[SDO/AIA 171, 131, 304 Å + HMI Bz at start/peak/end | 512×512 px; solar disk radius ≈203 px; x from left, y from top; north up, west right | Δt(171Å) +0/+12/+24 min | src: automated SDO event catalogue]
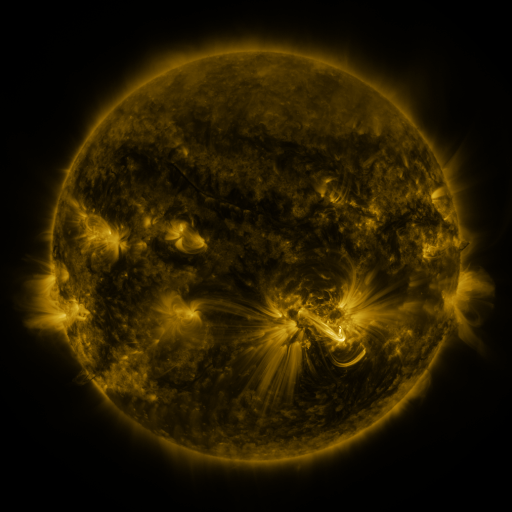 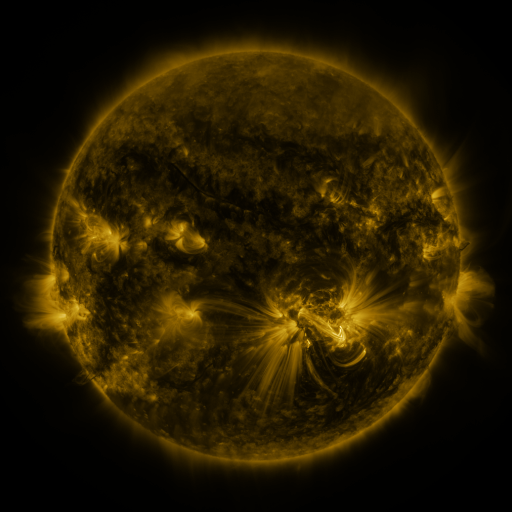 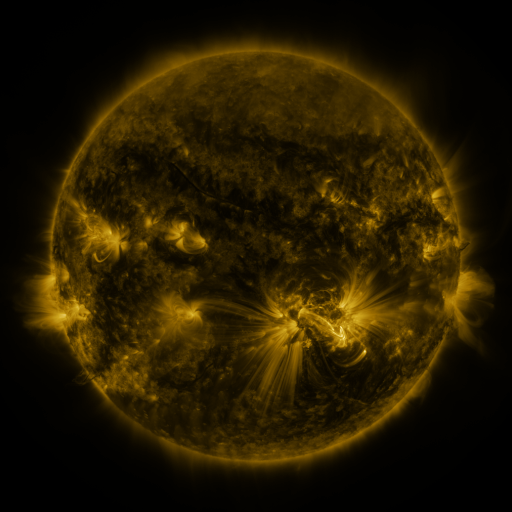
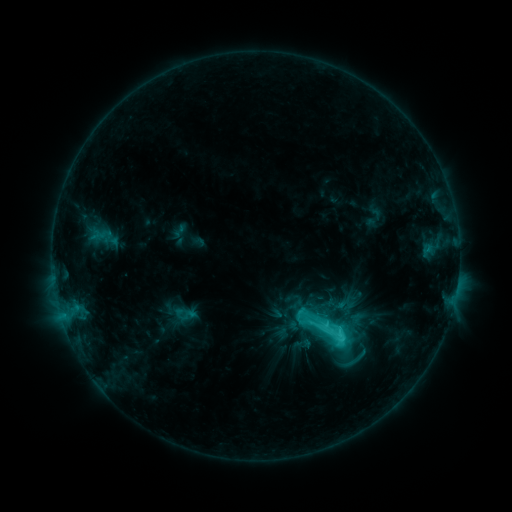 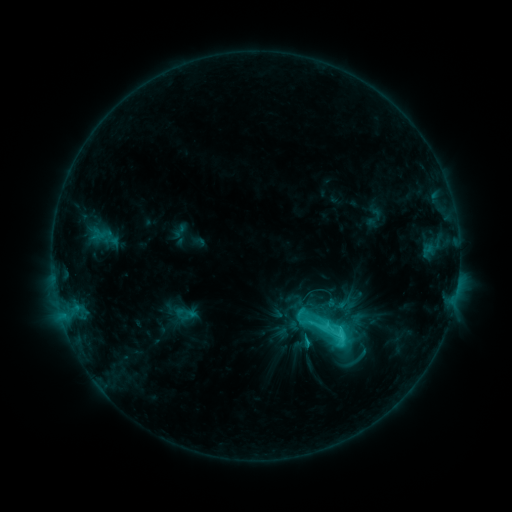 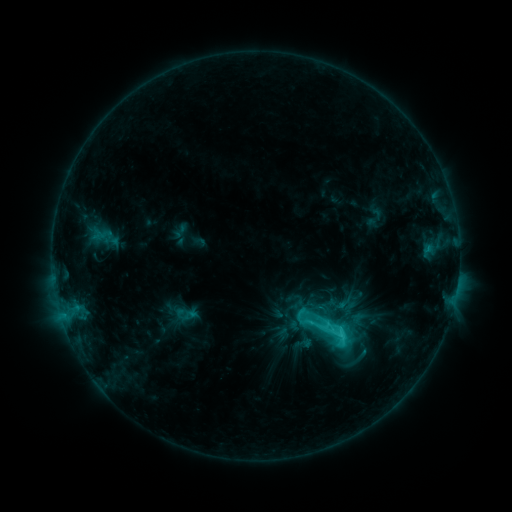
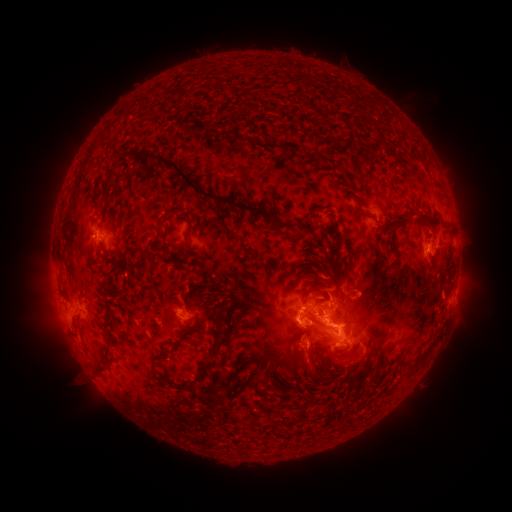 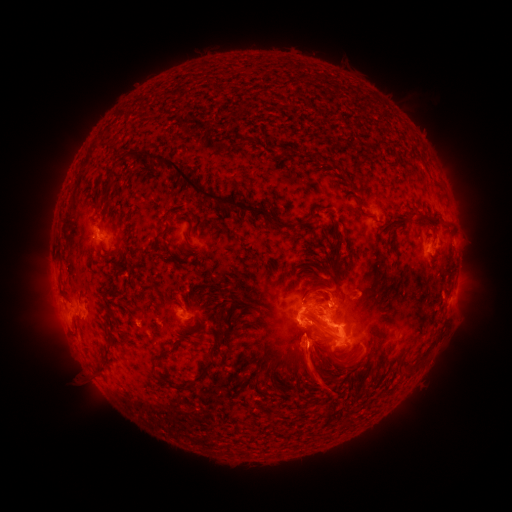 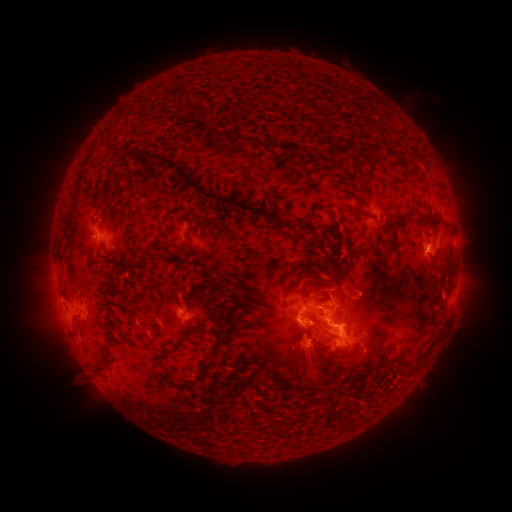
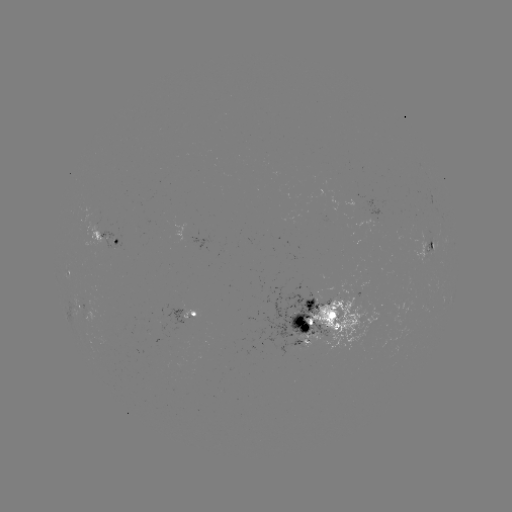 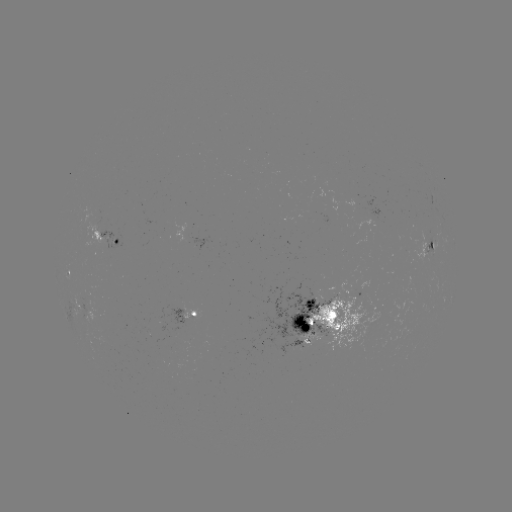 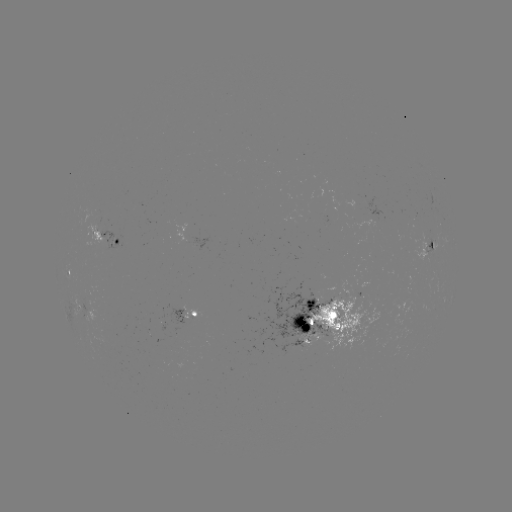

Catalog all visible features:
eruption: (314, 372)
